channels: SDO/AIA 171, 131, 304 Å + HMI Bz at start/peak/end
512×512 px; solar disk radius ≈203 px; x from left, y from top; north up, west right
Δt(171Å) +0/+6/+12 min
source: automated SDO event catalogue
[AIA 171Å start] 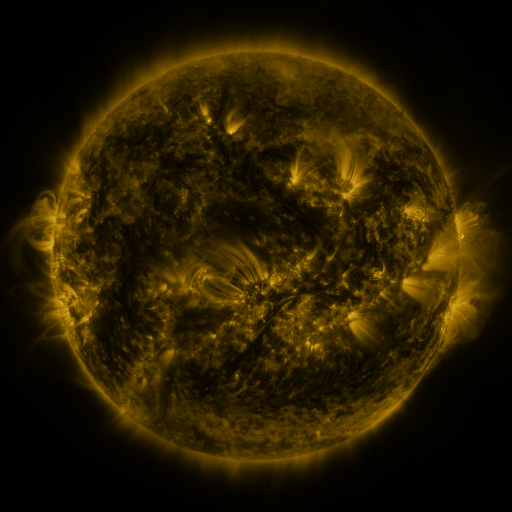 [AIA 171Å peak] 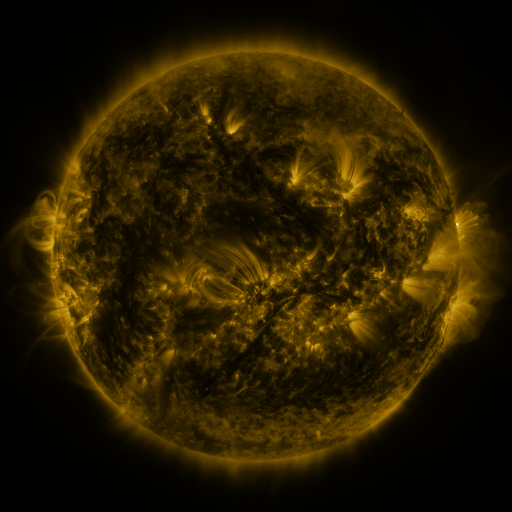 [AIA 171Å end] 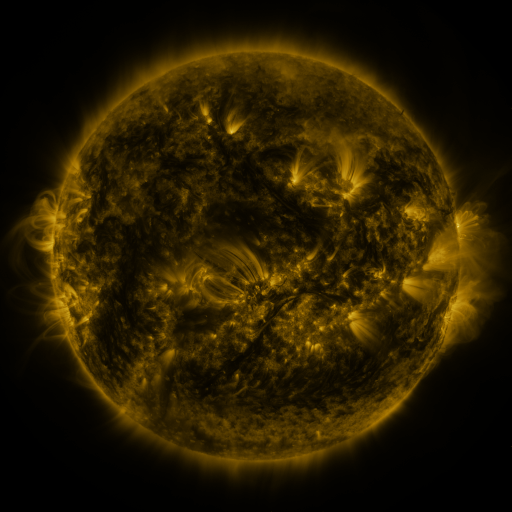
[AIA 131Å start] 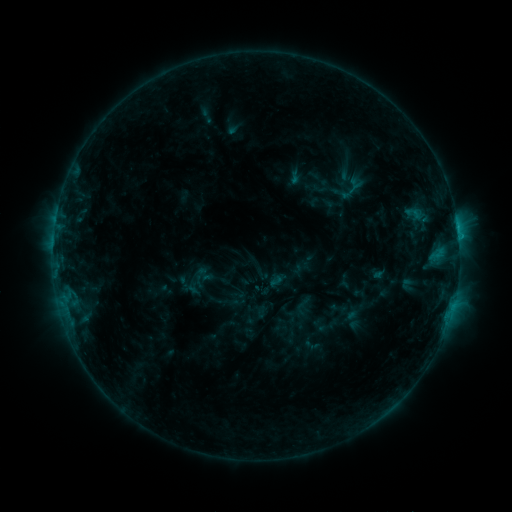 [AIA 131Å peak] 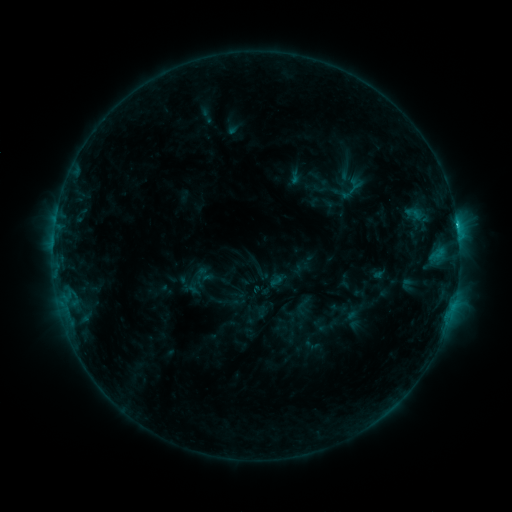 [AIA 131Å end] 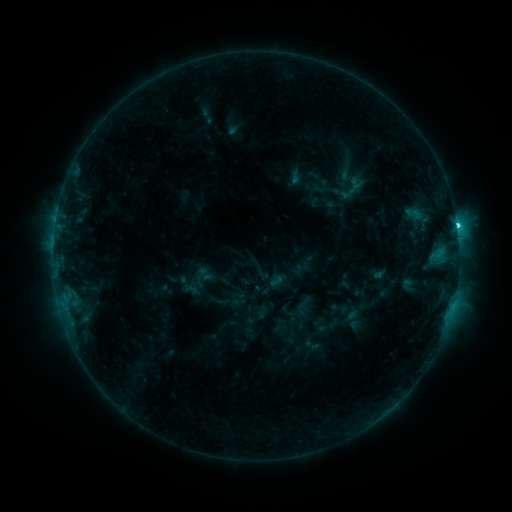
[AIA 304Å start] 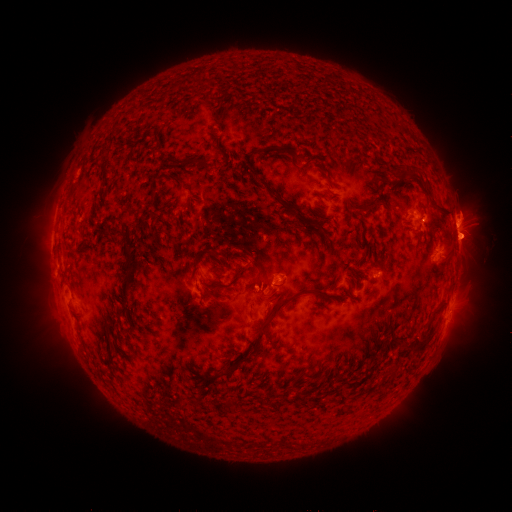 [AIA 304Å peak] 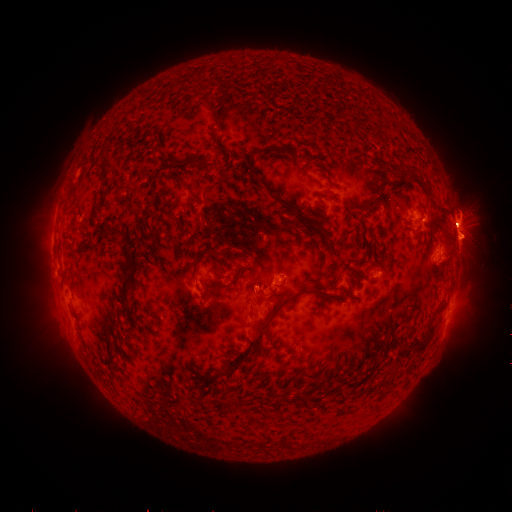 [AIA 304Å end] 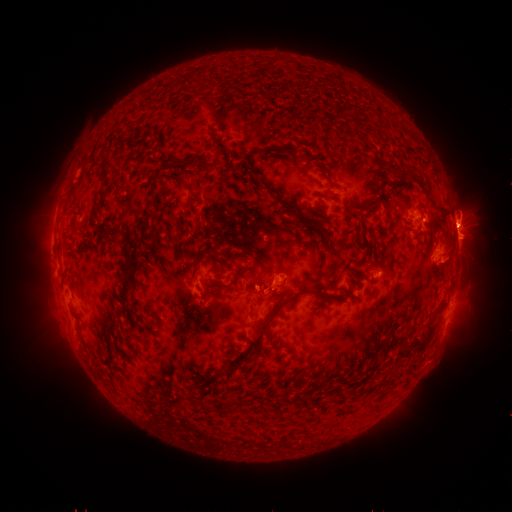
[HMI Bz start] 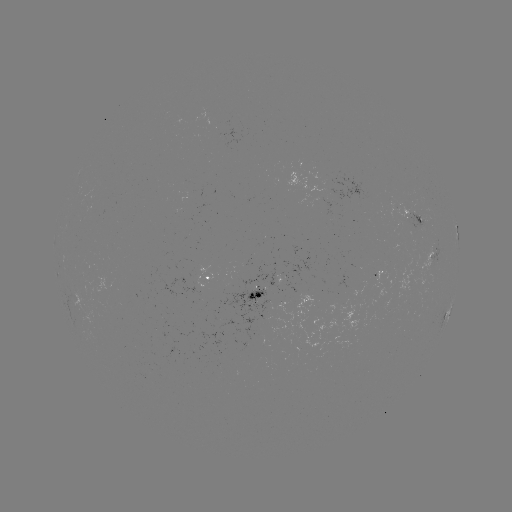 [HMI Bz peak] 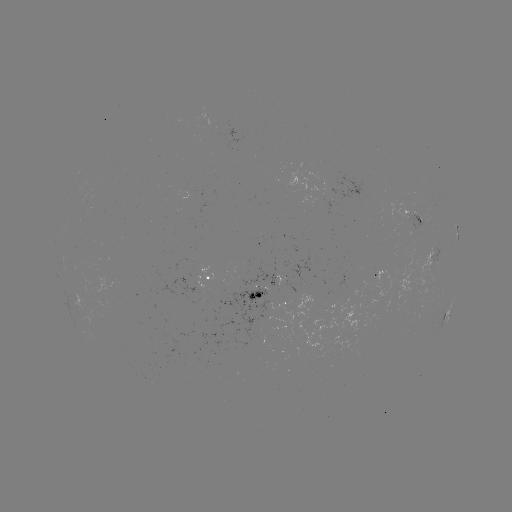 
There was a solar eruption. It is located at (456, 241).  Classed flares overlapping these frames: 1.